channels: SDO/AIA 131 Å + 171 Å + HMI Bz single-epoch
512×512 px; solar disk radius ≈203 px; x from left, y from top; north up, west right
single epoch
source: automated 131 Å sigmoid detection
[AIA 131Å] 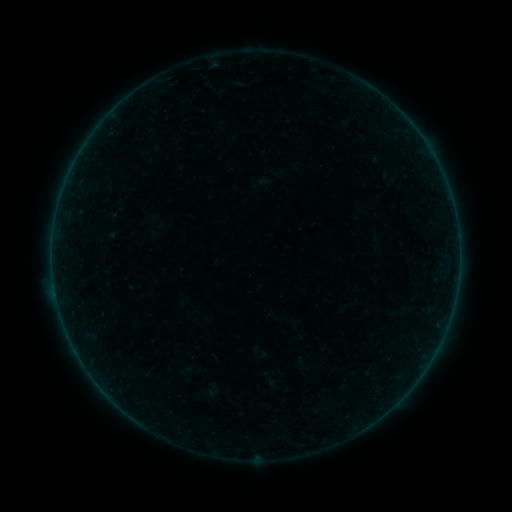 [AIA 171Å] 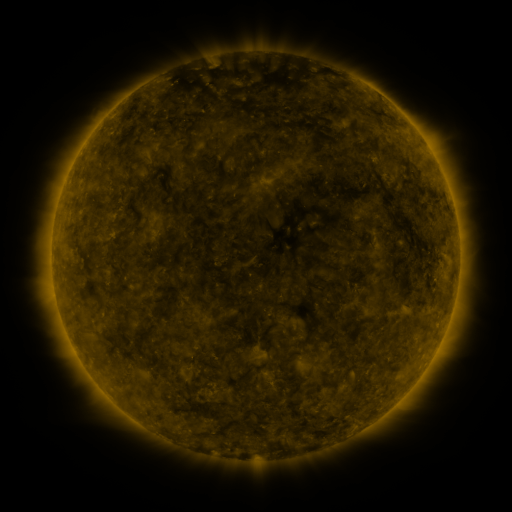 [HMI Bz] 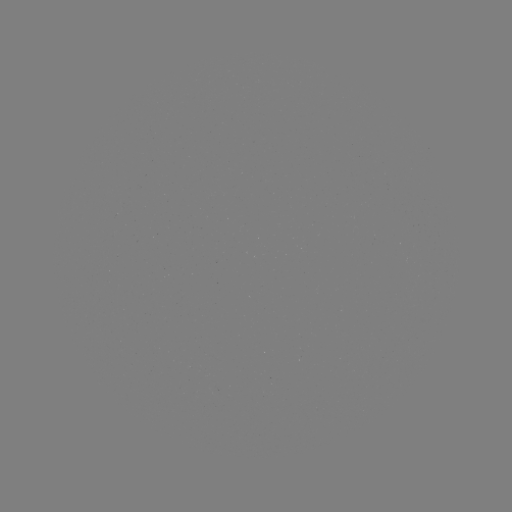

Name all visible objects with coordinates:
sigmoid: (389, 178)
